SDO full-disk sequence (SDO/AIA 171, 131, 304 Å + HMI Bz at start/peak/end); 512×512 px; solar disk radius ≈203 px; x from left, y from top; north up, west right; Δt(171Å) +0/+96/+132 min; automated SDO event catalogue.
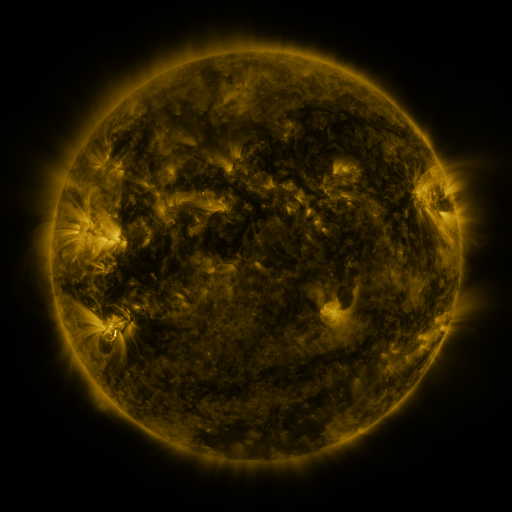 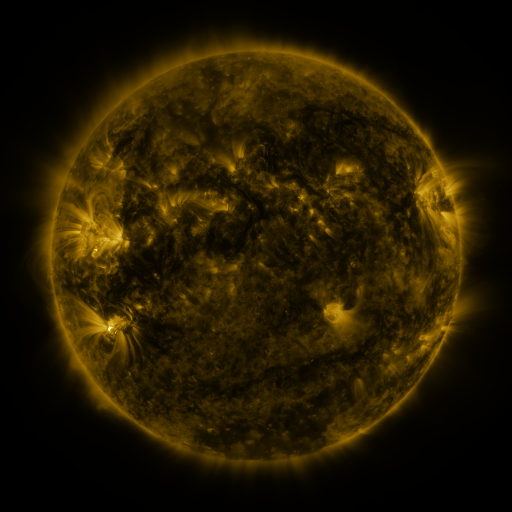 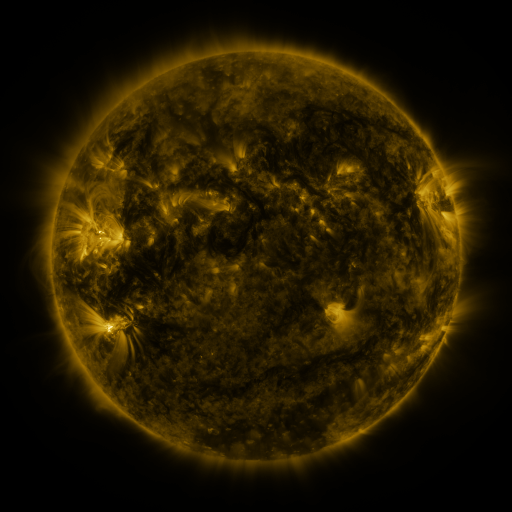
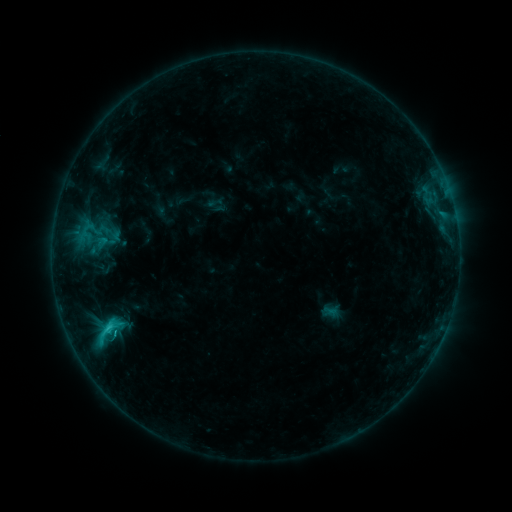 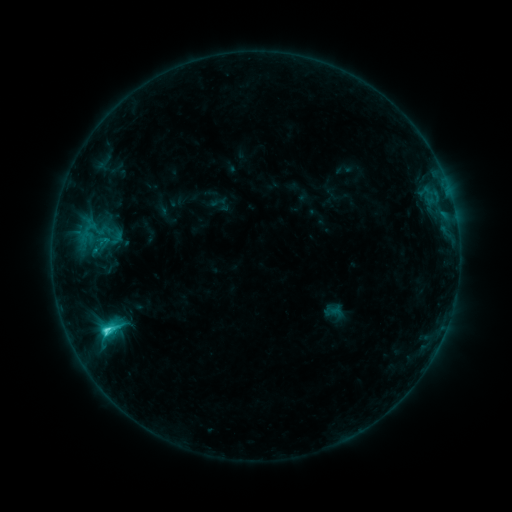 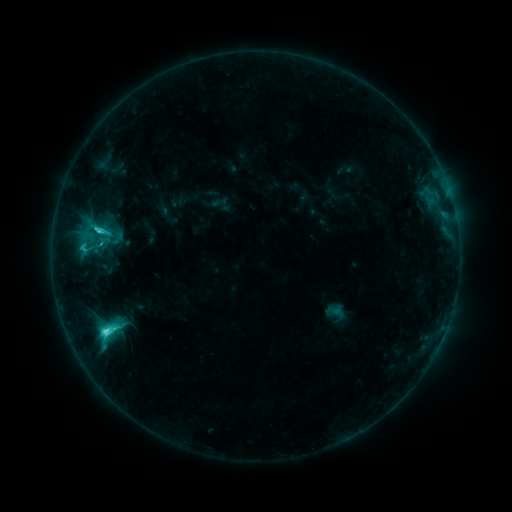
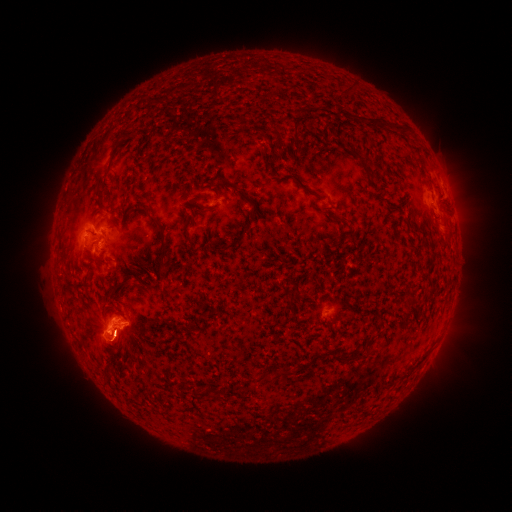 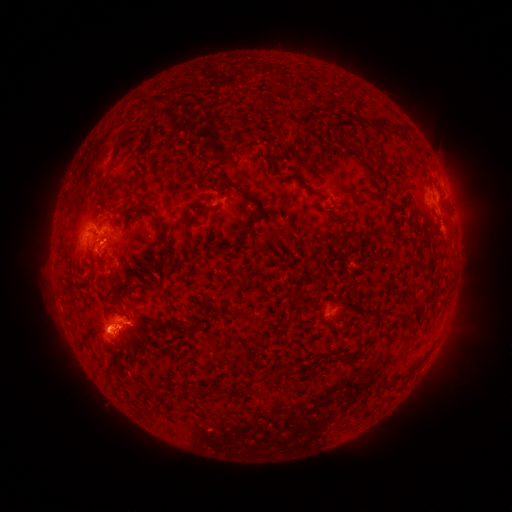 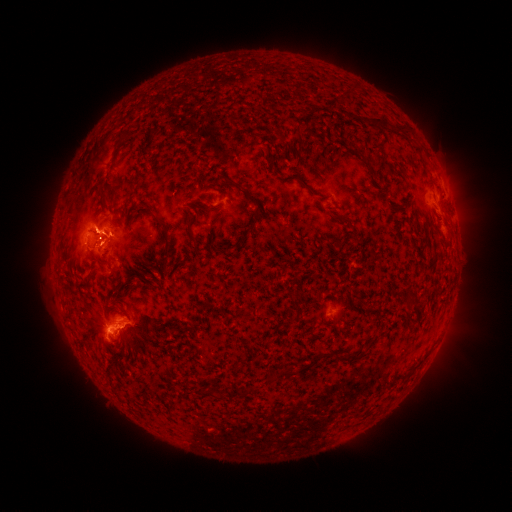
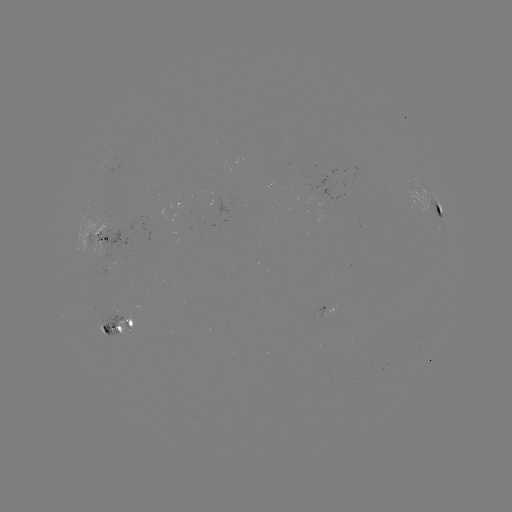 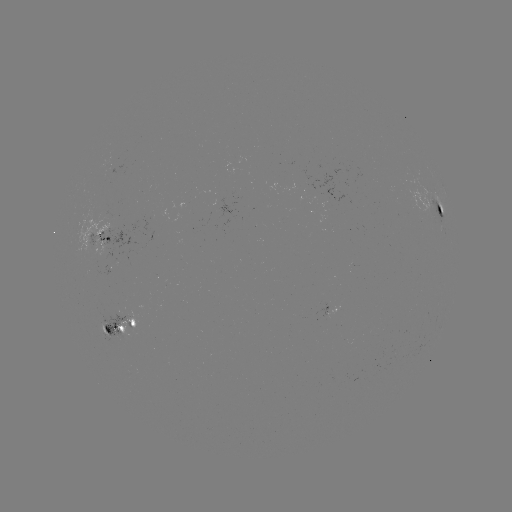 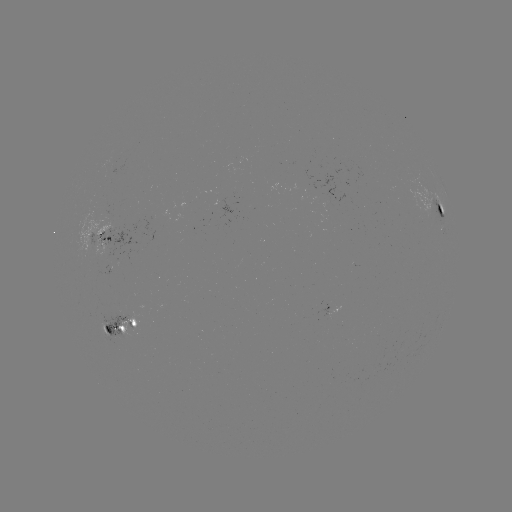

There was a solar emerging-flux region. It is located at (100, 243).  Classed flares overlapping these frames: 2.